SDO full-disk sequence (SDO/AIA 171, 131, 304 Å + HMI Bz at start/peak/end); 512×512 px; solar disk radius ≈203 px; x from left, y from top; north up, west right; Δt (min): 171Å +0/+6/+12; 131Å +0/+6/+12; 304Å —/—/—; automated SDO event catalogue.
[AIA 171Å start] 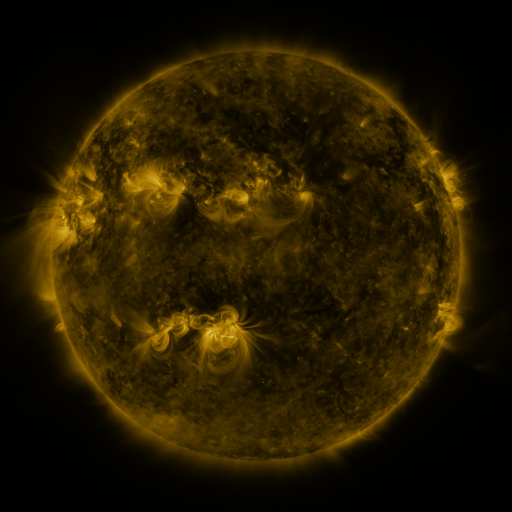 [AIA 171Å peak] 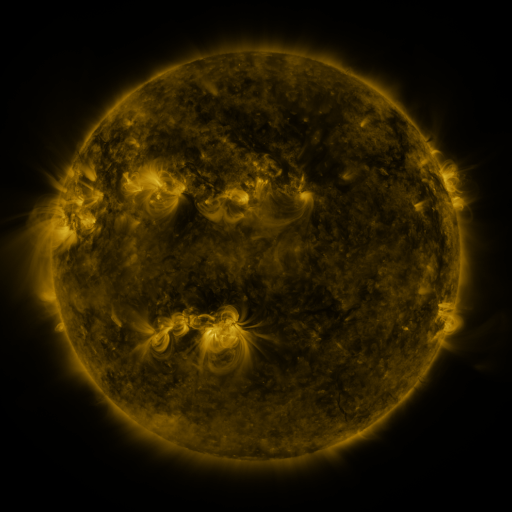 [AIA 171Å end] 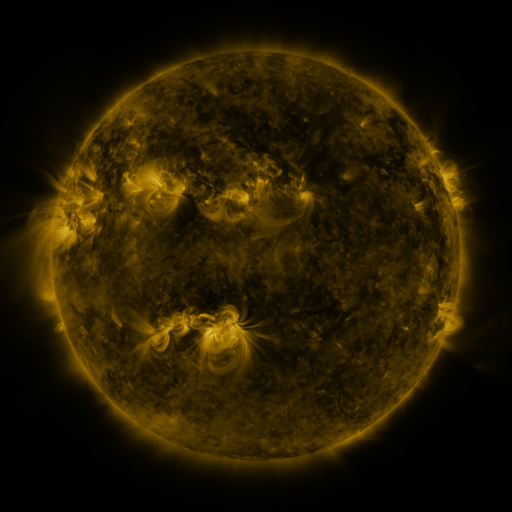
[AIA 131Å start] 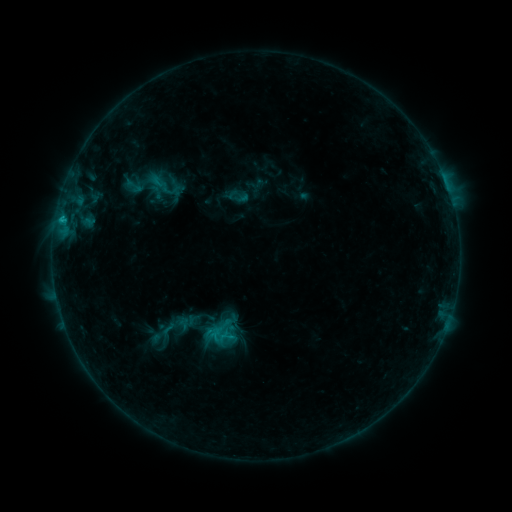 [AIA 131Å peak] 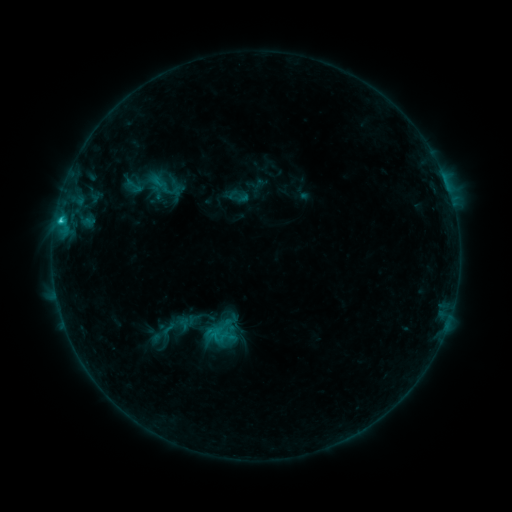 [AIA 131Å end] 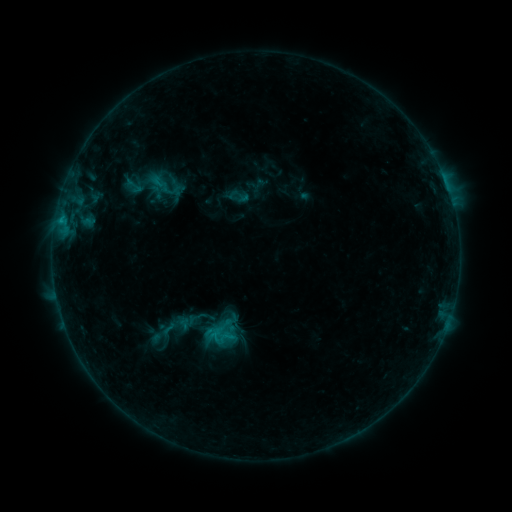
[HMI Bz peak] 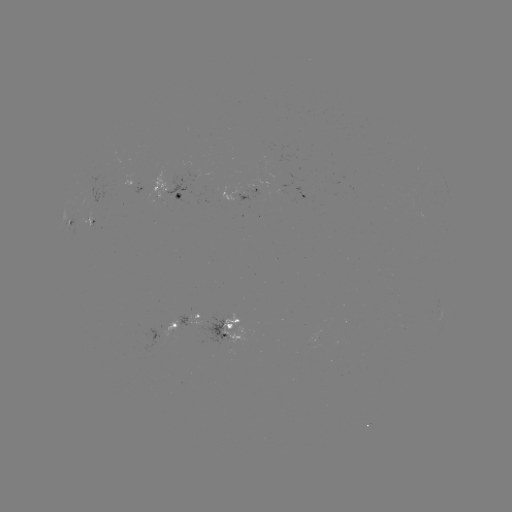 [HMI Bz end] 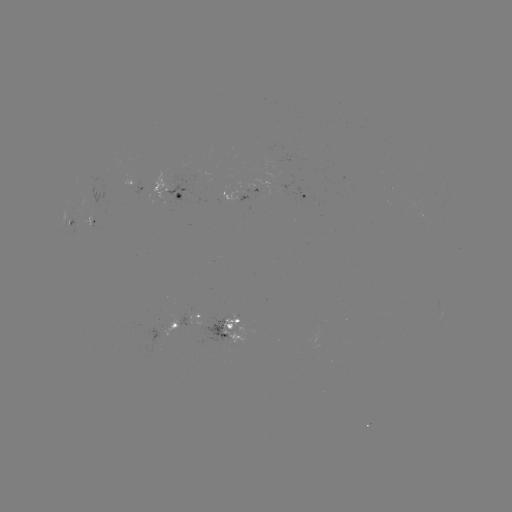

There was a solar flare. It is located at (63, 223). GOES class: C1.8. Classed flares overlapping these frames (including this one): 1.